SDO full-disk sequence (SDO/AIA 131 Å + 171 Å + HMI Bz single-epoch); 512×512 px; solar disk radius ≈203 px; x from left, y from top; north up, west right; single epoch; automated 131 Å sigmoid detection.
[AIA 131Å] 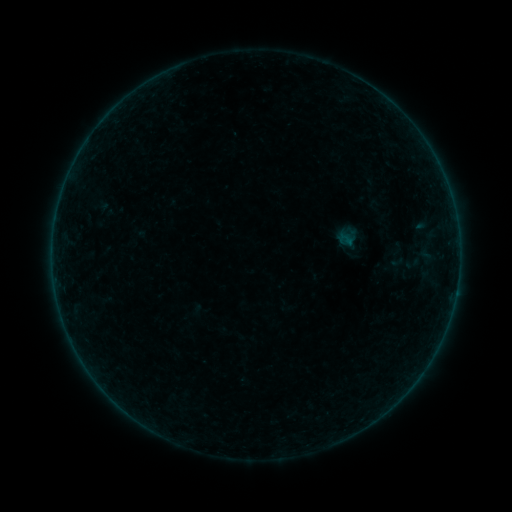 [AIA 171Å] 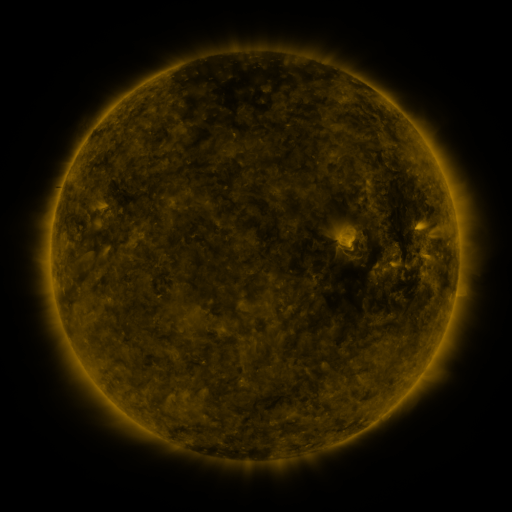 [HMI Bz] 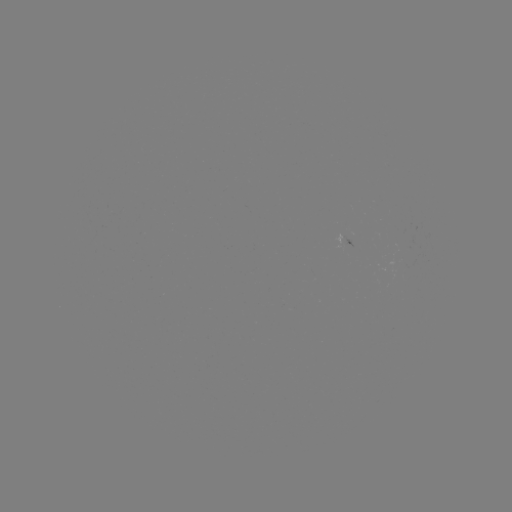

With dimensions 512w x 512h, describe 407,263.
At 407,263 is sigmoid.